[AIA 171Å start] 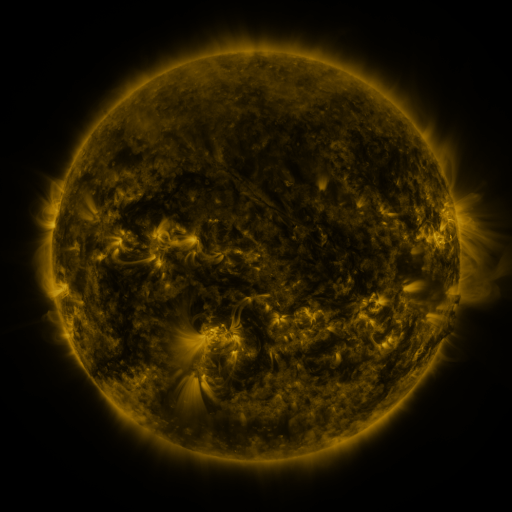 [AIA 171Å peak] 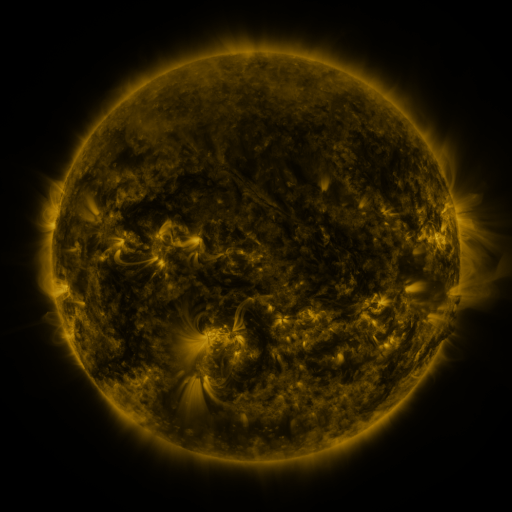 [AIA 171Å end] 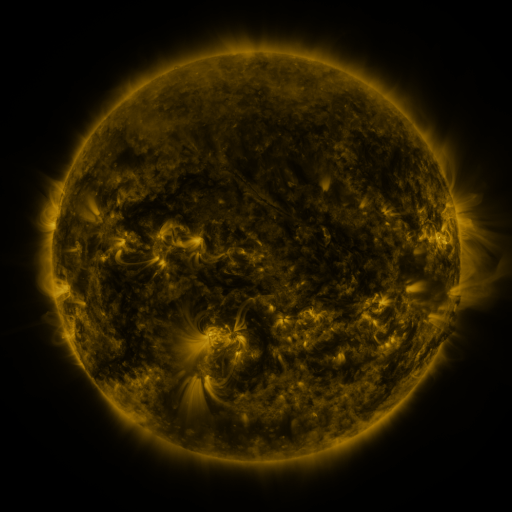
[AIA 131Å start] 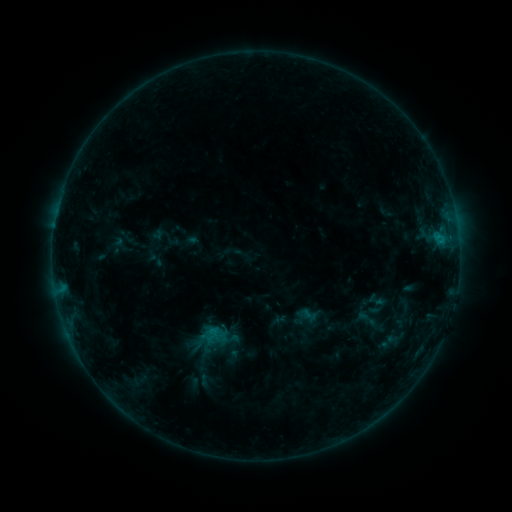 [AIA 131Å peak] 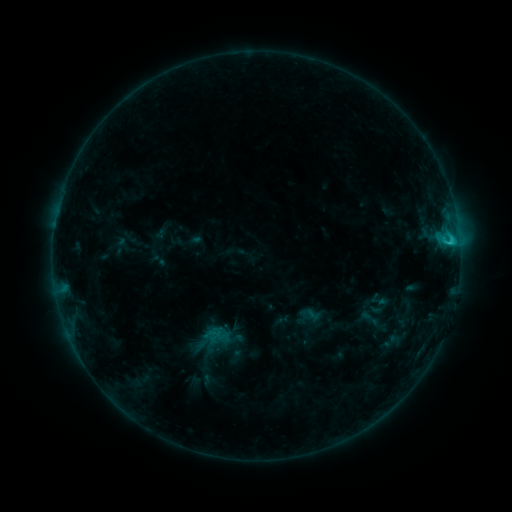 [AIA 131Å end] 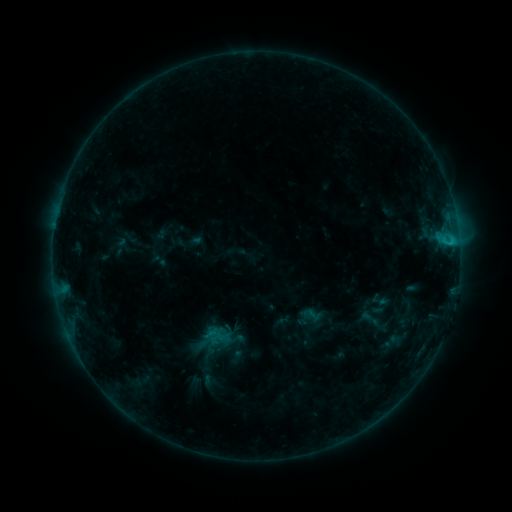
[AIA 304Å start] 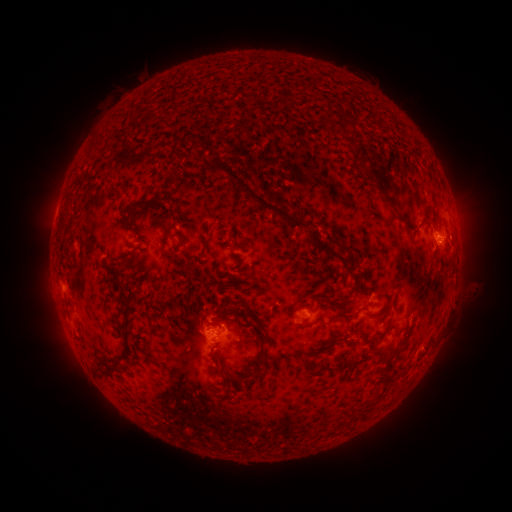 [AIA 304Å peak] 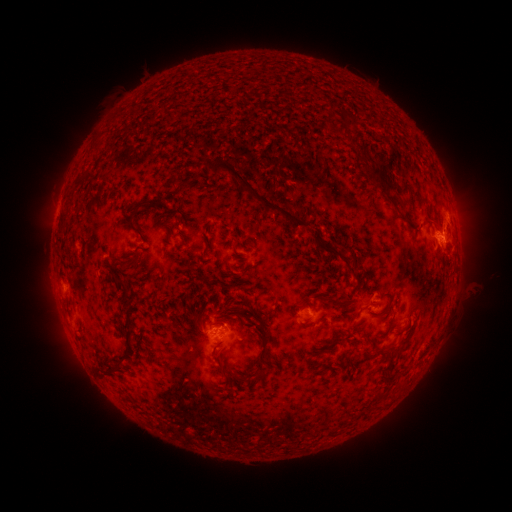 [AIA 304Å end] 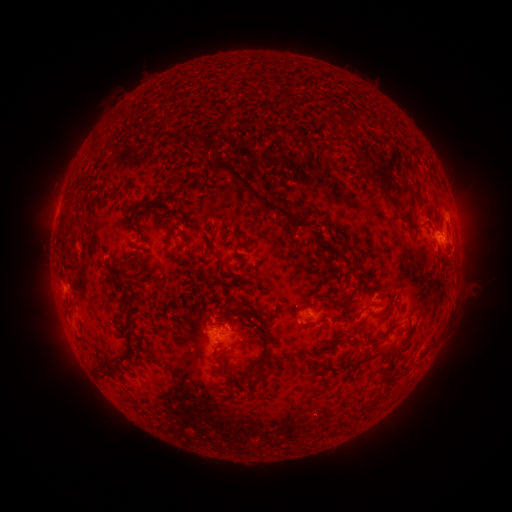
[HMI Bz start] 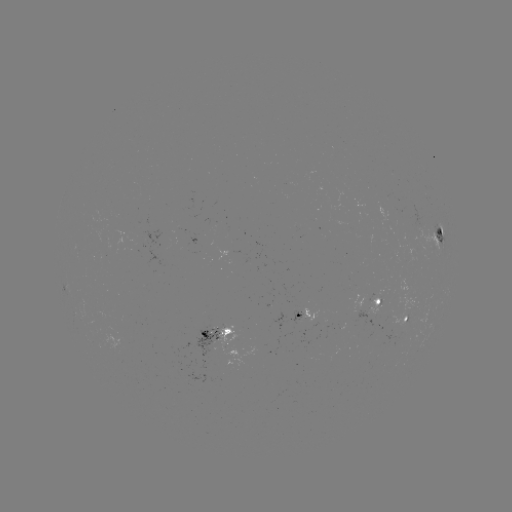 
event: flare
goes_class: C2.1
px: (450, 245)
